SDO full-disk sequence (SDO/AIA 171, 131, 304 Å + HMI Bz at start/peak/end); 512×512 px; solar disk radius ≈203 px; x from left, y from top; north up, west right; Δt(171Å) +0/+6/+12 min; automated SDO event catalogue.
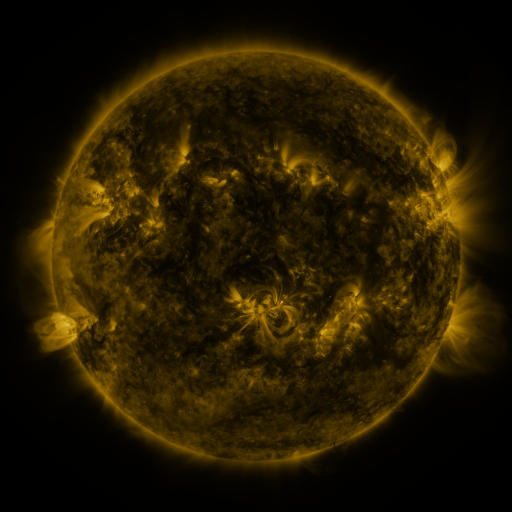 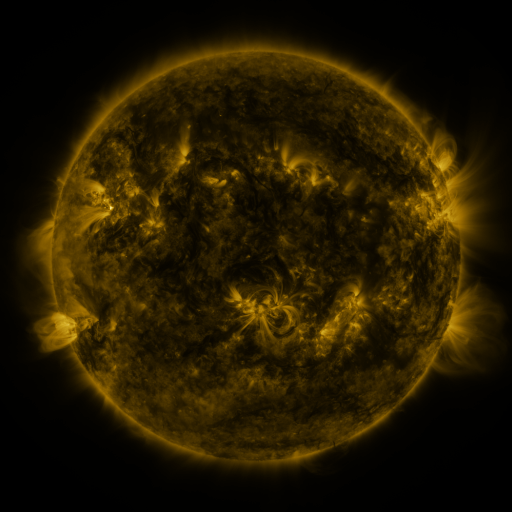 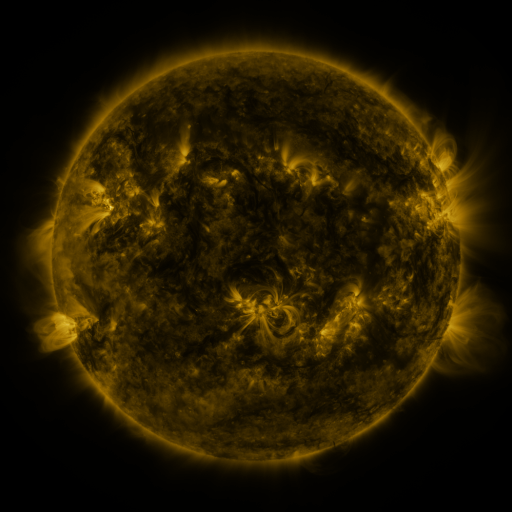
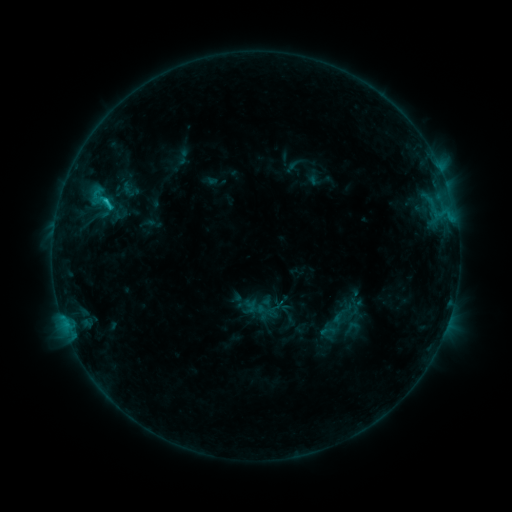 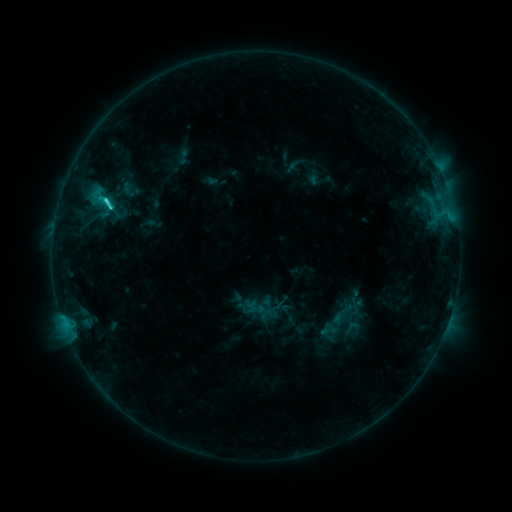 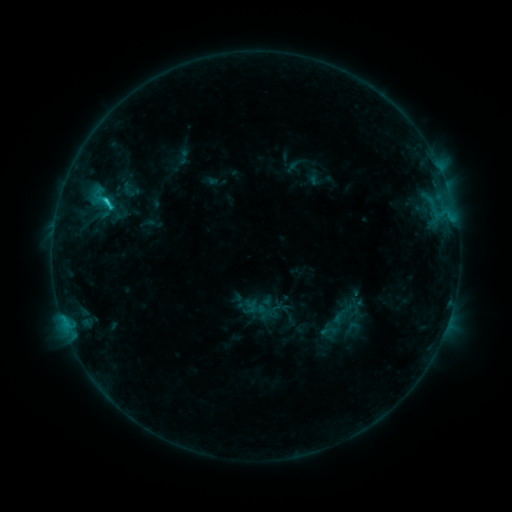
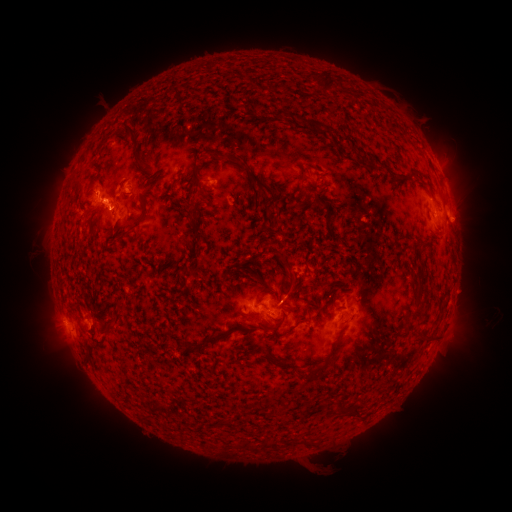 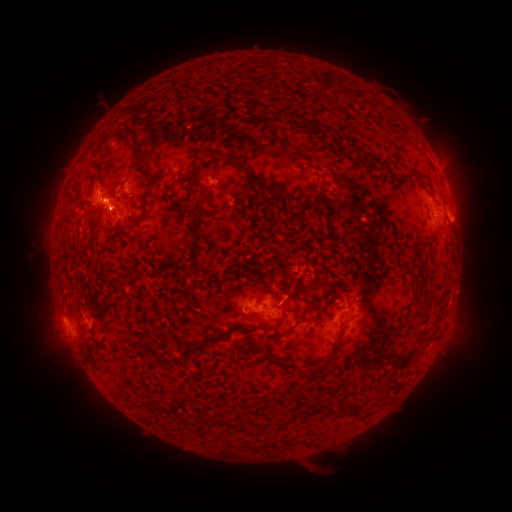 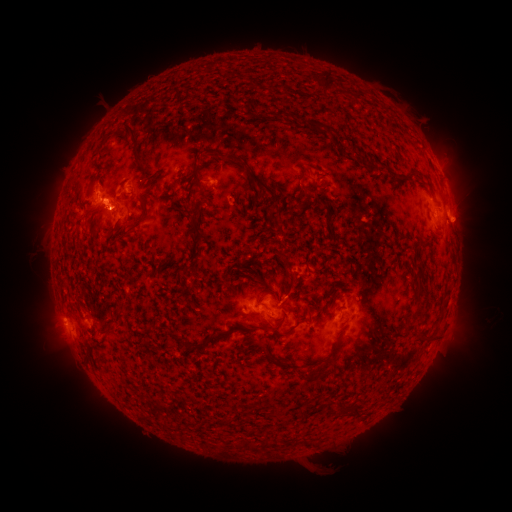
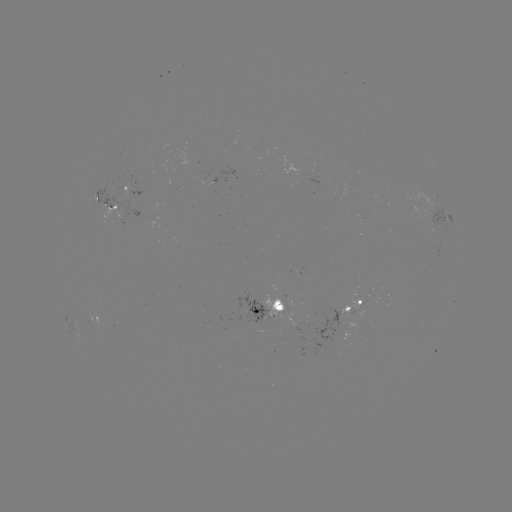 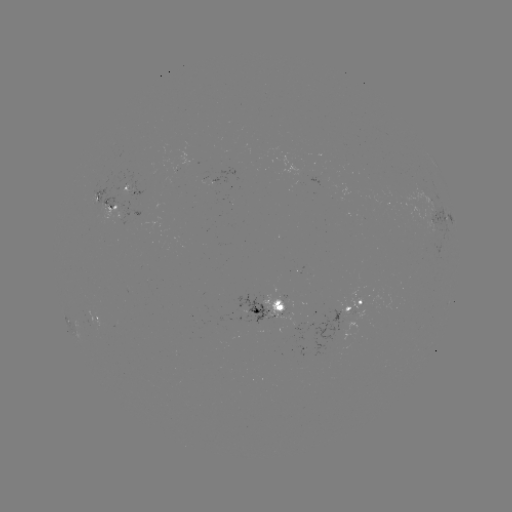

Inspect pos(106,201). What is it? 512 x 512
C2.2 flare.